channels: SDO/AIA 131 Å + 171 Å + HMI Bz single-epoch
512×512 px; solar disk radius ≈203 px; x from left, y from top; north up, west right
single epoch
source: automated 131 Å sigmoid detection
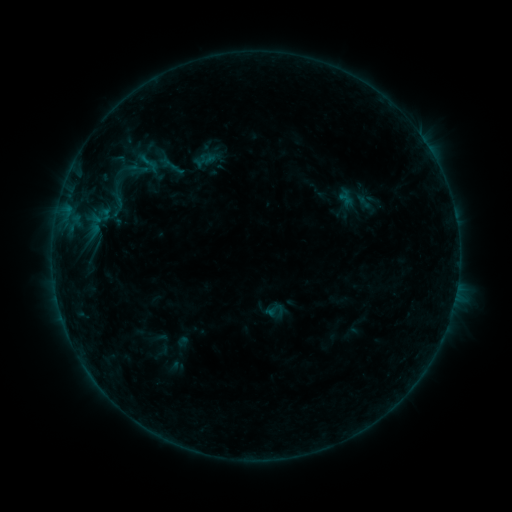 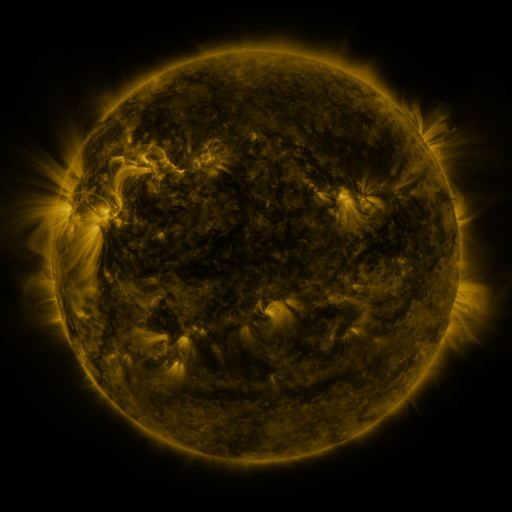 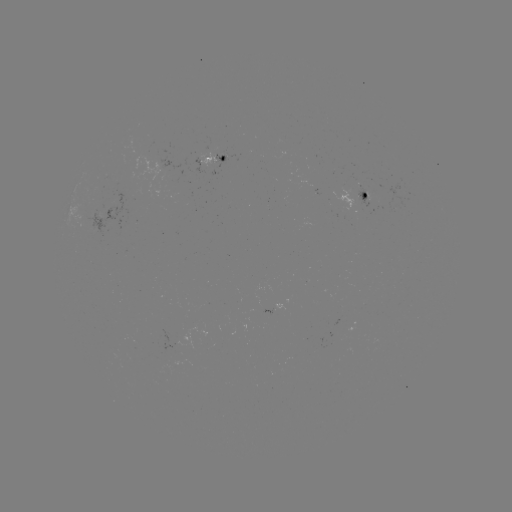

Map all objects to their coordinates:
sigmoid: <bbox>137, 152, 161, 176</bbox>
sigmoid: <bbox>264, 300, 284, 320</bbox>
